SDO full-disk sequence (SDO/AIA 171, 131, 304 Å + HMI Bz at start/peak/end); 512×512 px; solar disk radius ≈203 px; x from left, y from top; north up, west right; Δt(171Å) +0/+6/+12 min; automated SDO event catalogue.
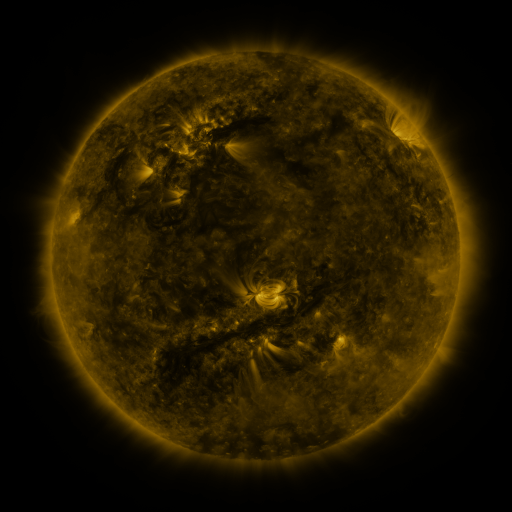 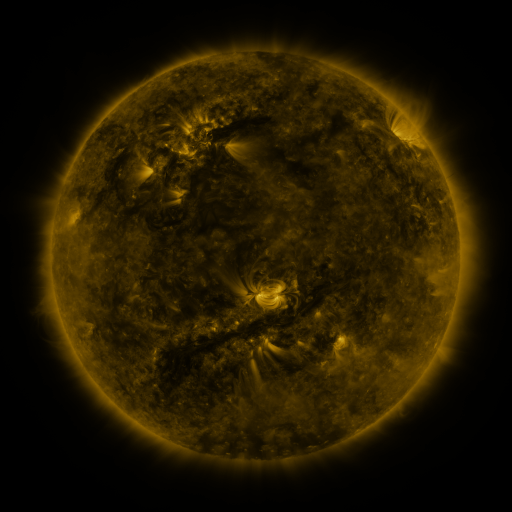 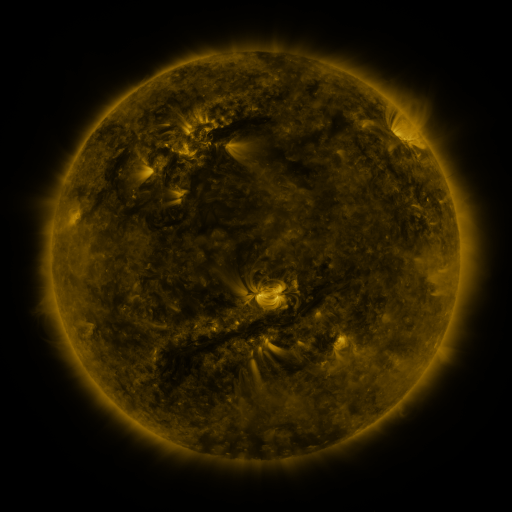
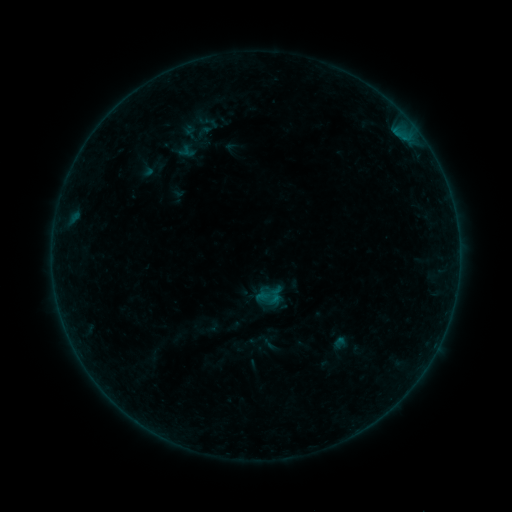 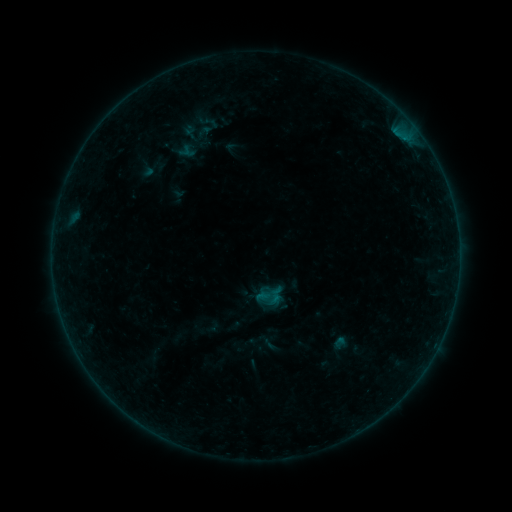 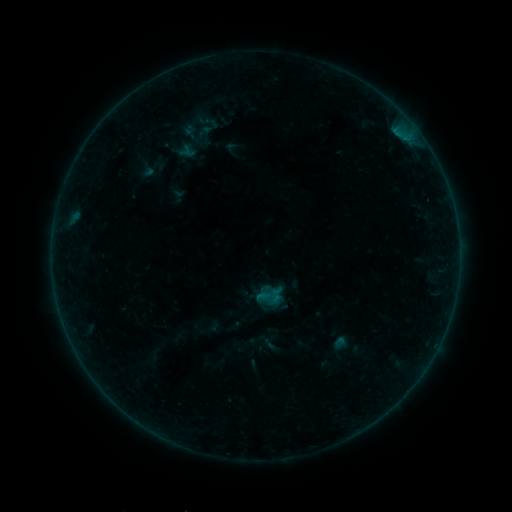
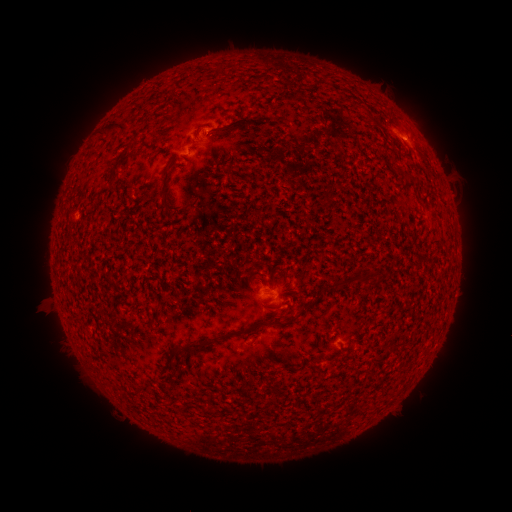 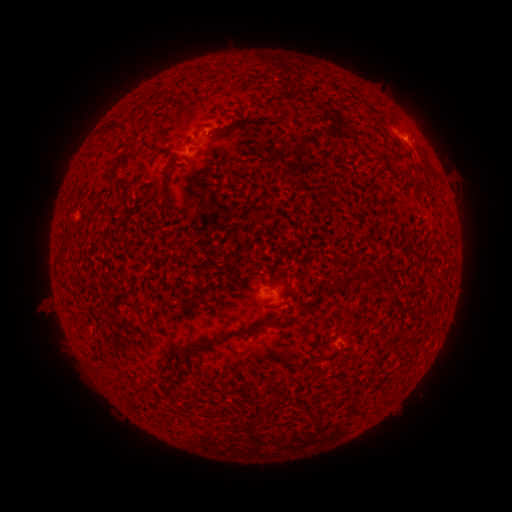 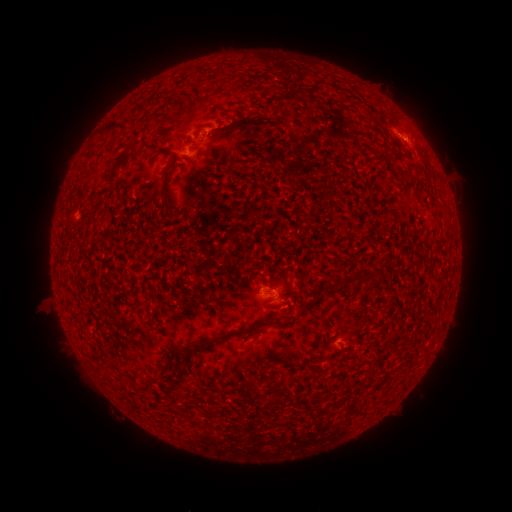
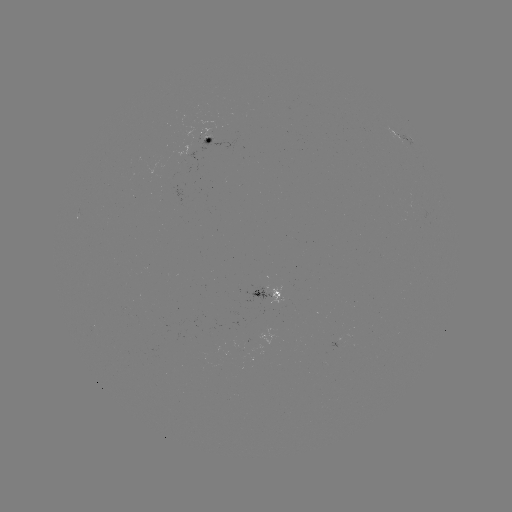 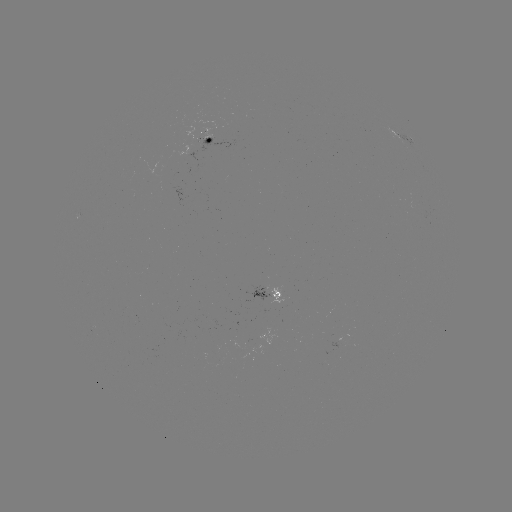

no flare in any classed list; no EUV-trigger detection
